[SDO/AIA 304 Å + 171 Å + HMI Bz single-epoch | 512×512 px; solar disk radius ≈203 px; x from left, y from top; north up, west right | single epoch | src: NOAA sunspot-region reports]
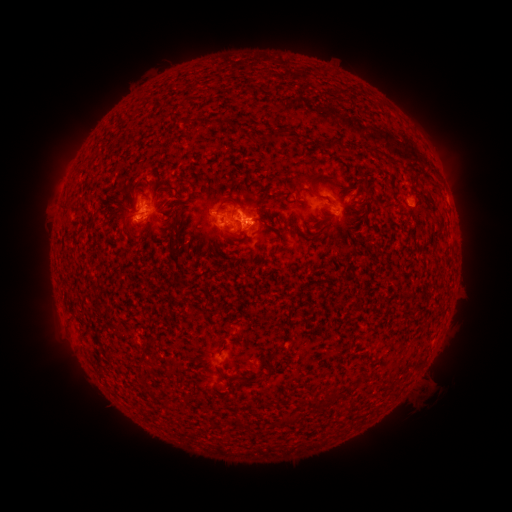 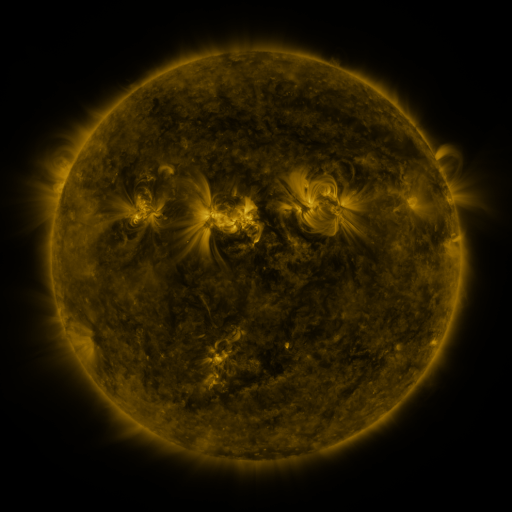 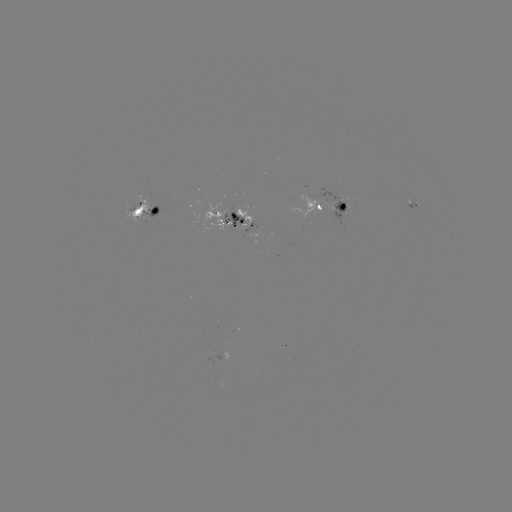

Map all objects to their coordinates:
spotted active region: (328, 207)
spotted active region: (413, 208)
spotted active region: (147, 209)
spotted active region: (238, 219)
spotted active region: (233, 354)
